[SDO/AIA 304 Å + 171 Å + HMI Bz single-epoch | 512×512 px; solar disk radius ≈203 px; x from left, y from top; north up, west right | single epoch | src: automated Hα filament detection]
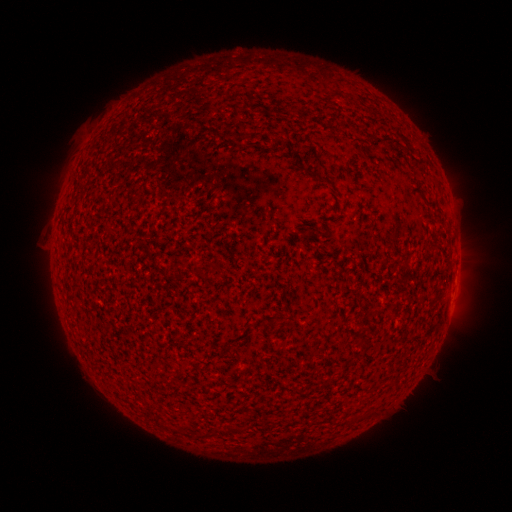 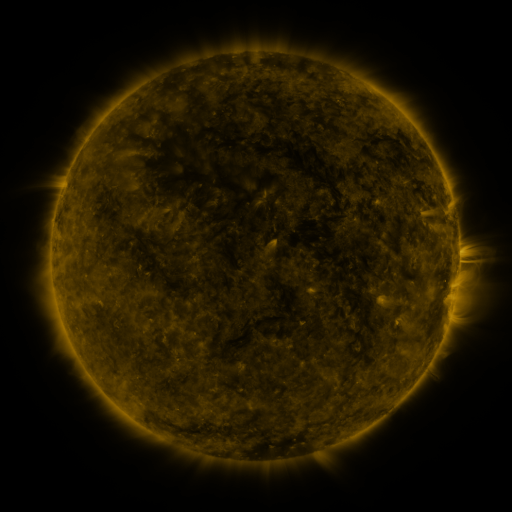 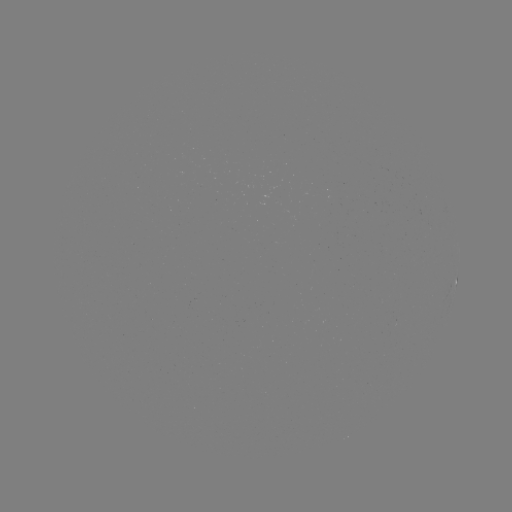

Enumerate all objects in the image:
filament: (325, 179)
filament: (213, 266)
filament: (197, 269)
filament: (220, 432)
